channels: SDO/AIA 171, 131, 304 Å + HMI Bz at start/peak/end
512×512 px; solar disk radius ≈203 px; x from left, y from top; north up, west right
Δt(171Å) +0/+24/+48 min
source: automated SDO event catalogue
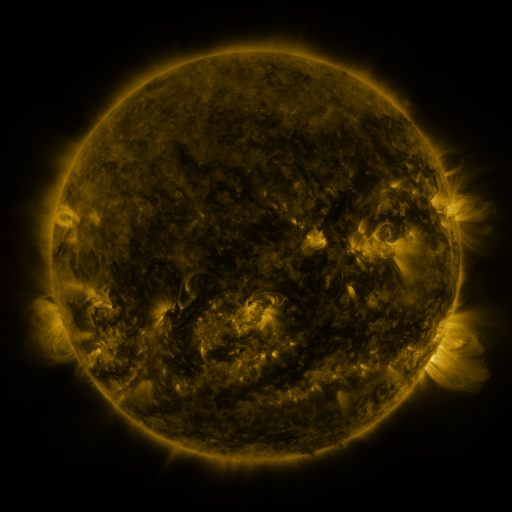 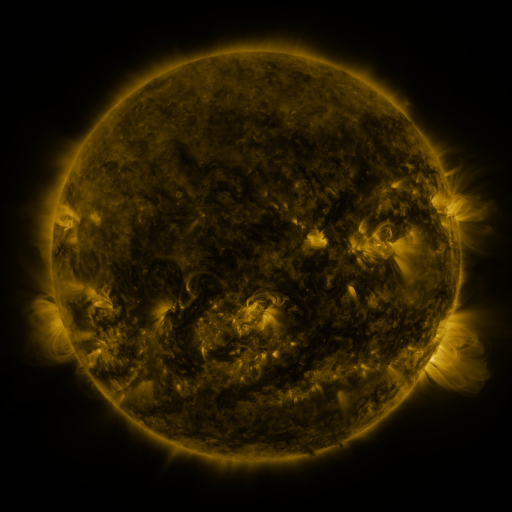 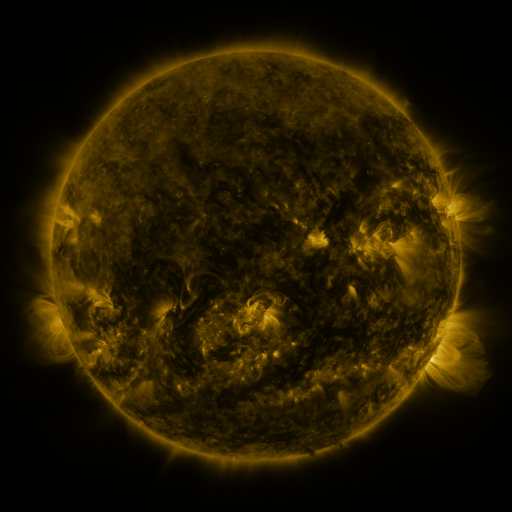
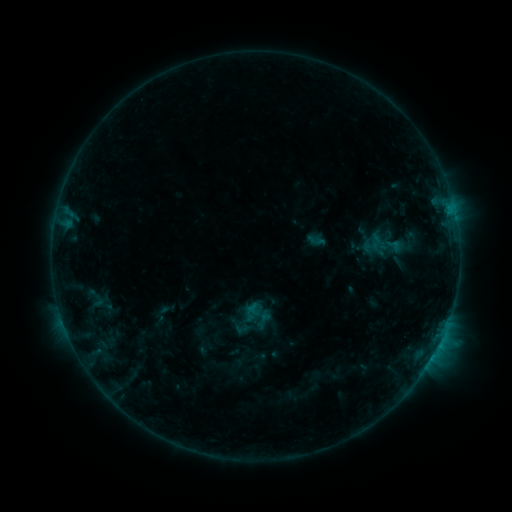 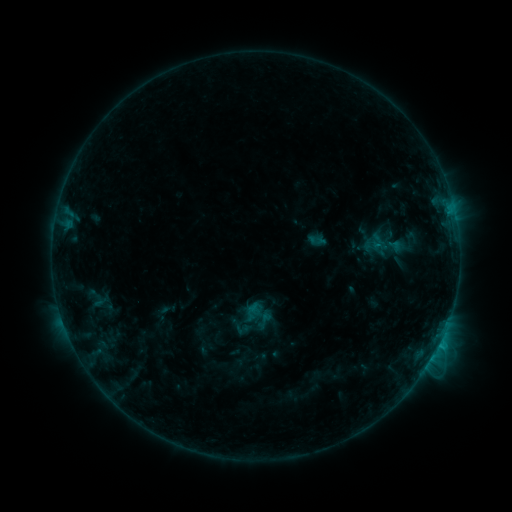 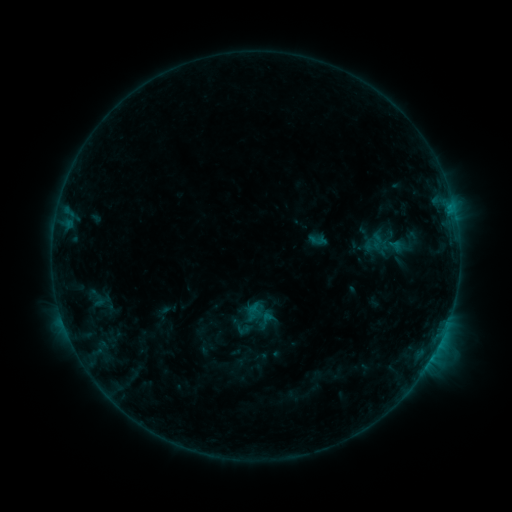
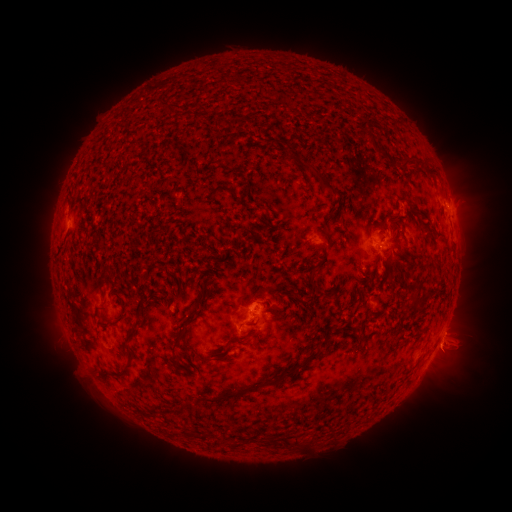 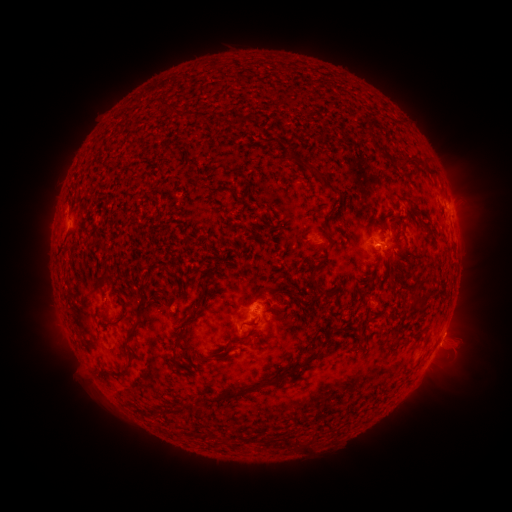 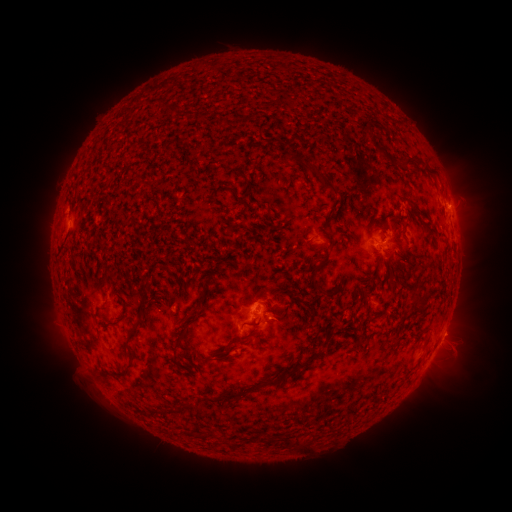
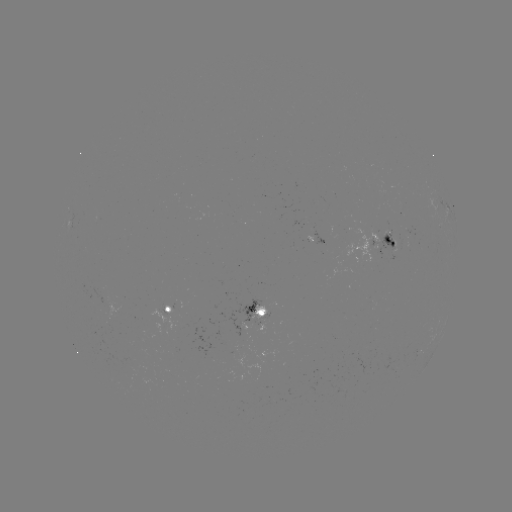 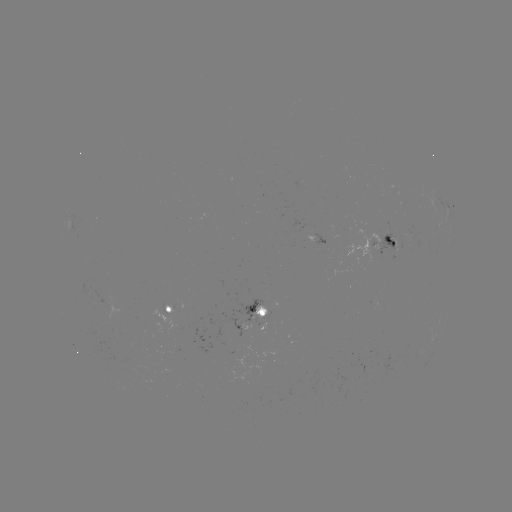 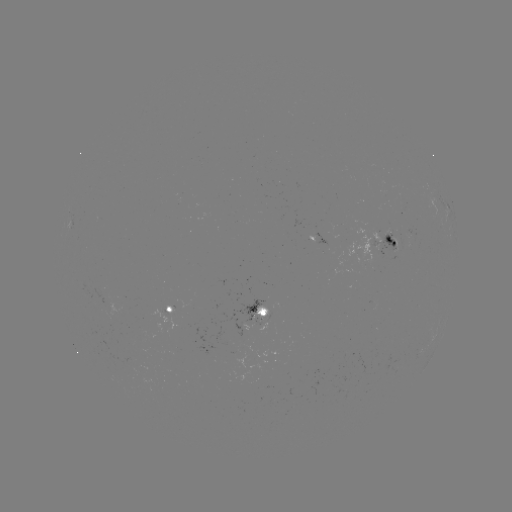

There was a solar flare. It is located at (439, 342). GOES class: B7.2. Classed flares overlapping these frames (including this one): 1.